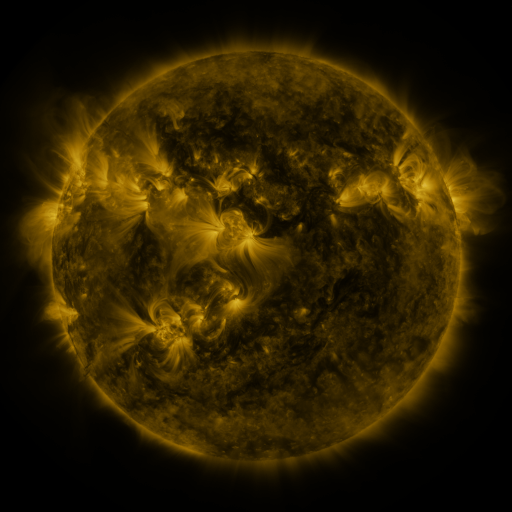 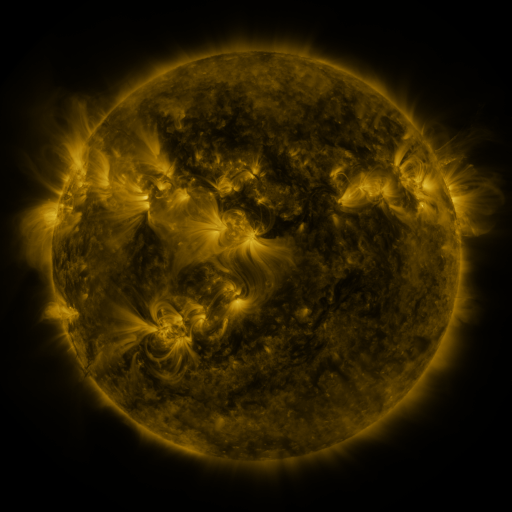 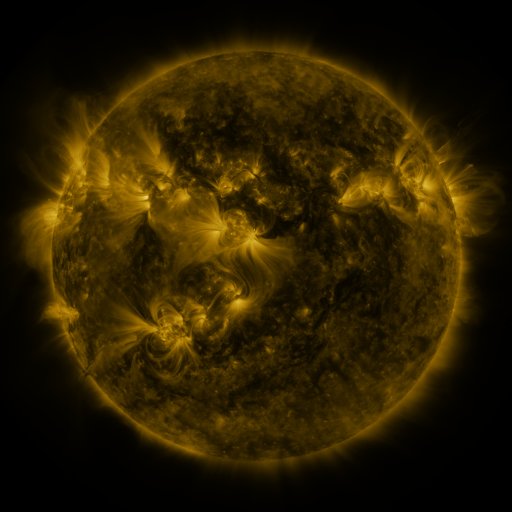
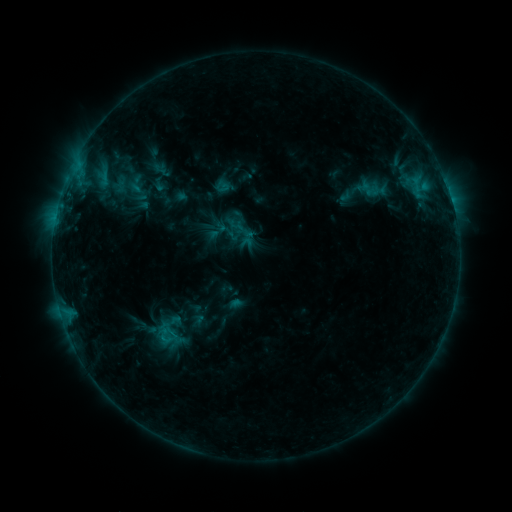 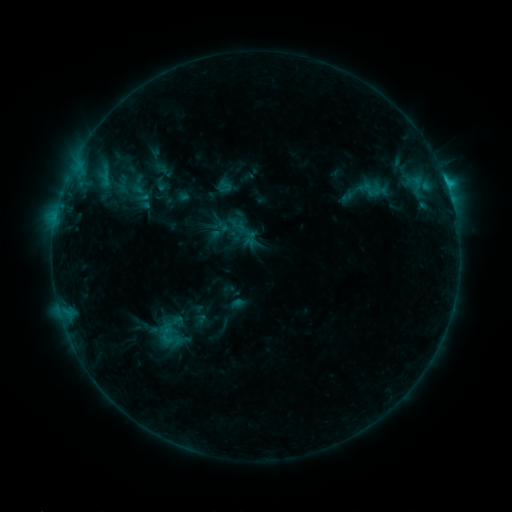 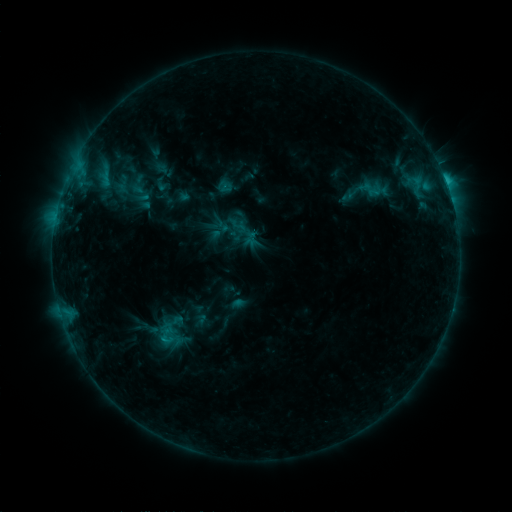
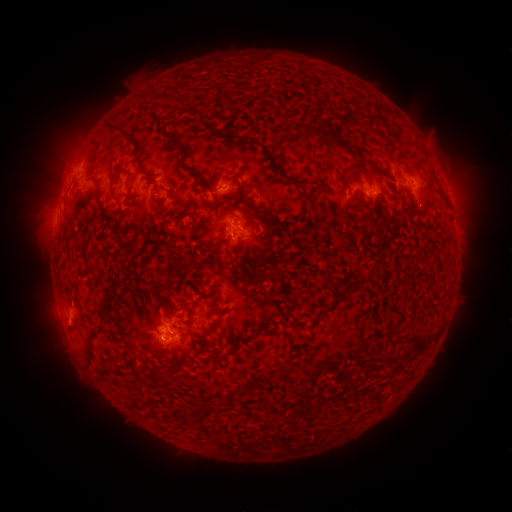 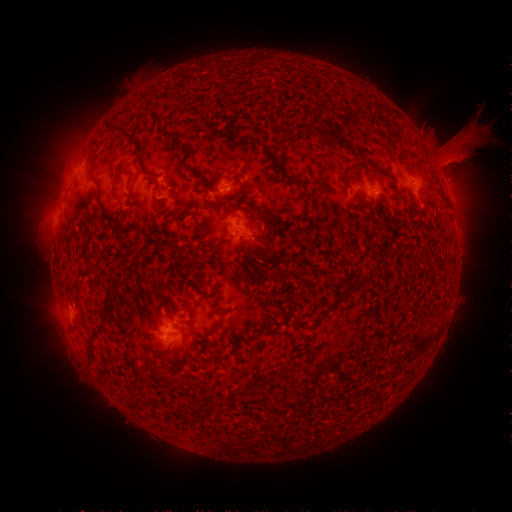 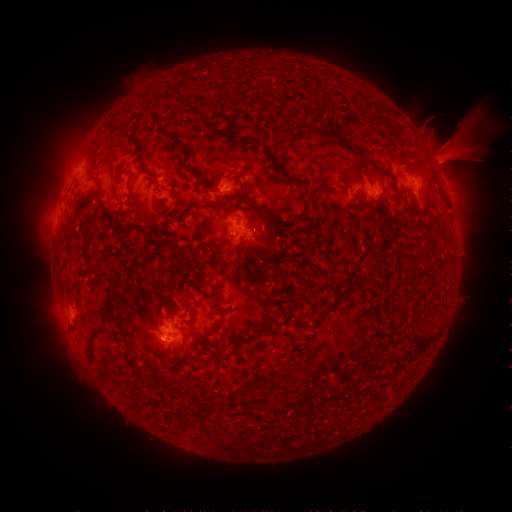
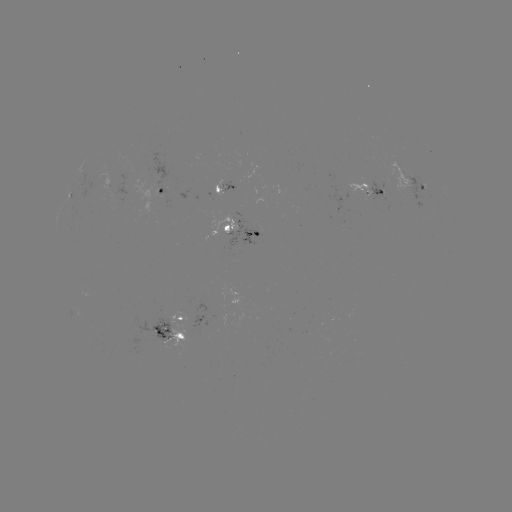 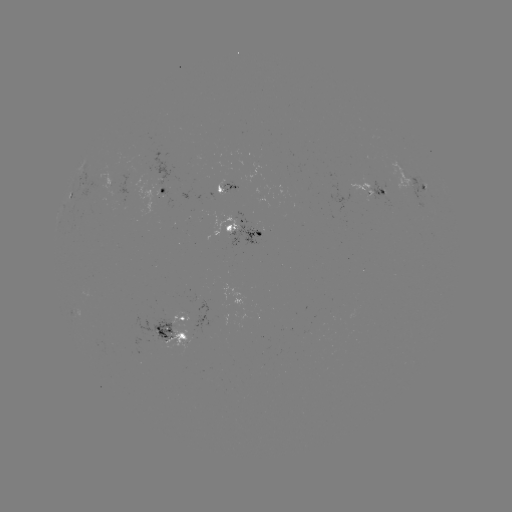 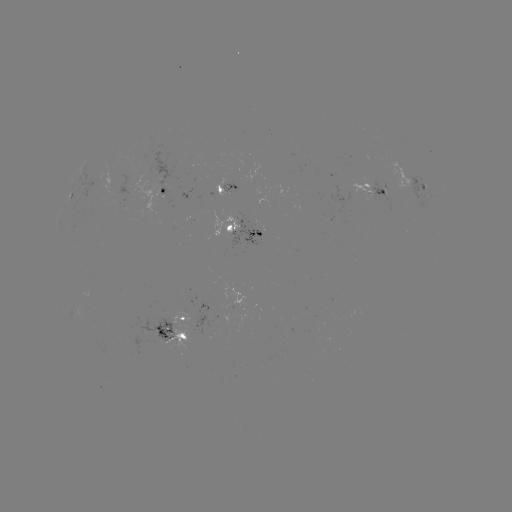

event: emerging-flux region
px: (116, 189)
